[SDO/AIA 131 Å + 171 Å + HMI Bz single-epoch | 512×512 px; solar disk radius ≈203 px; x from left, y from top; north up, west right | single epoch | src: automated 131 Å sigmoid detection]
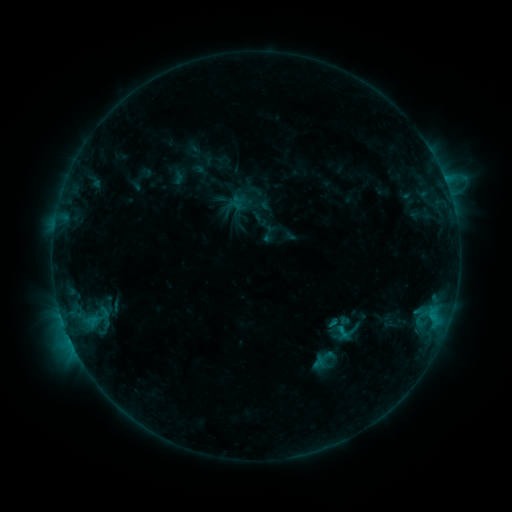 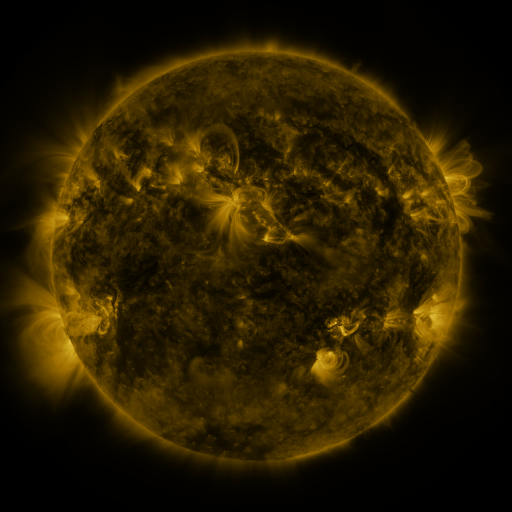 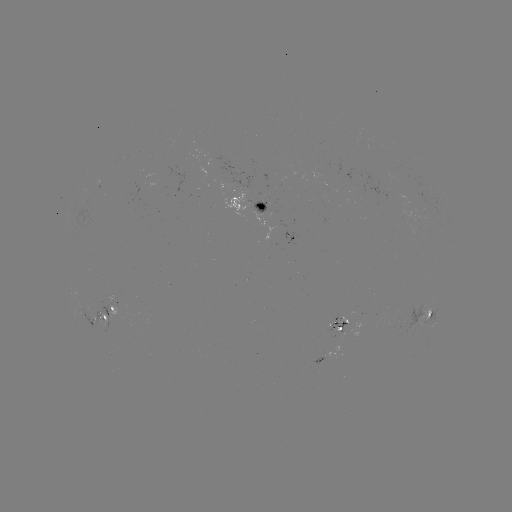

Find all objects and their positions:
sigmoid: (344, 334)
